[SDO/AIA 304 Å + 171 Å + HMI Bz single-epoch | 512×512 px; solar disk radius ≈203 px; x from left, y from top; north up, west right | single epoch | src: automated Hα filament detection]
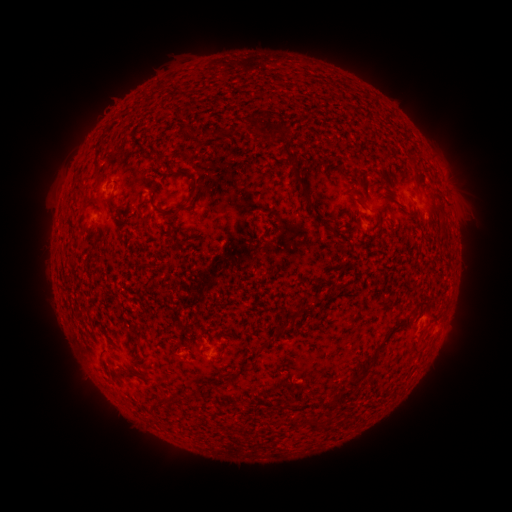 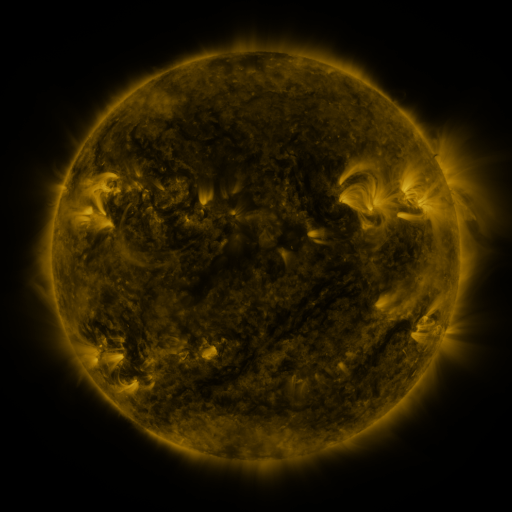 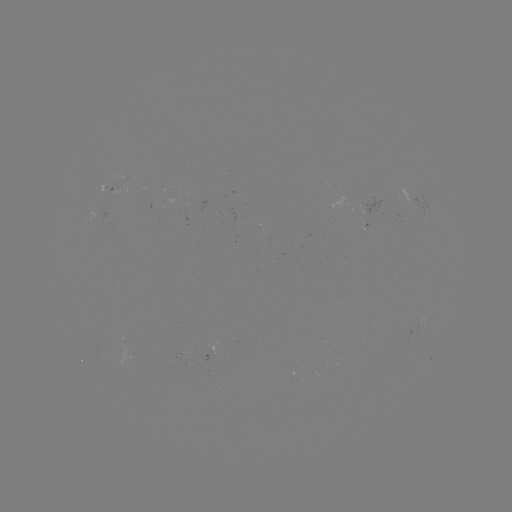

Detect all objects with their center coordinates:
filament: <bbox>281, 146, 313, 202</bbox>
filament: <bbox>412, 176, 419, 188</bbox>
filament: <bbox>189, 181, 199, 205</bbox>
filament: <bbox>107, 198, 118, 211</bbox>
filament: <bbox>435, 204, 445, 217</bbox>
filament: <bbox>169, 207, 181, 217</bbox>
filament: <bbox>322, 218, 332, 226</bbox>
filament: <bbox>309, 298, 322, 307</bbox>
filament: <bbox>409, 300, 429, 318</bbox>
filament: <bbox>285, 306, 303, 320</bbox>
filament: <bbox>274, 324, 283, 336</bbox>
filament: <bbox>254, 344, 265, 354</bbox>
filament: <bbox>351, 356, 374, 382</bbox>
filament: <bbox>346, 379, 358, 389</bbox>
filament: <bbox>307, 422, 318, 432</bbox>
